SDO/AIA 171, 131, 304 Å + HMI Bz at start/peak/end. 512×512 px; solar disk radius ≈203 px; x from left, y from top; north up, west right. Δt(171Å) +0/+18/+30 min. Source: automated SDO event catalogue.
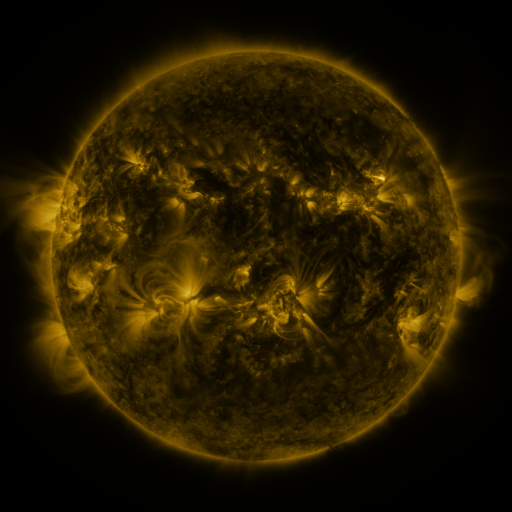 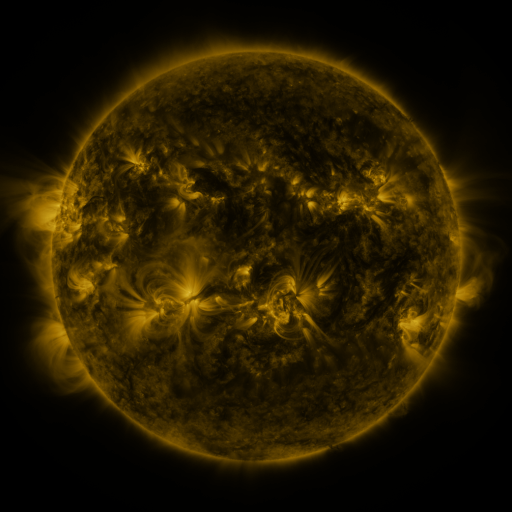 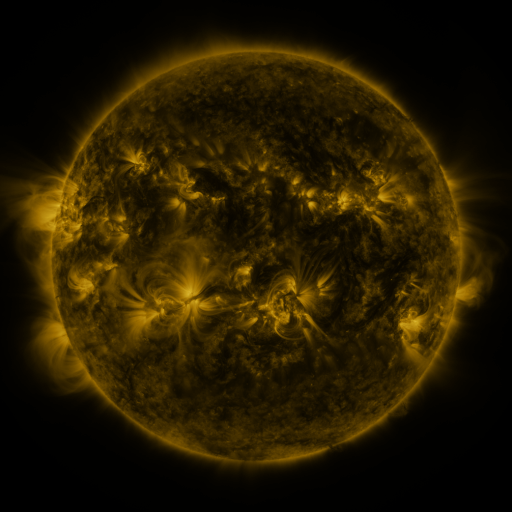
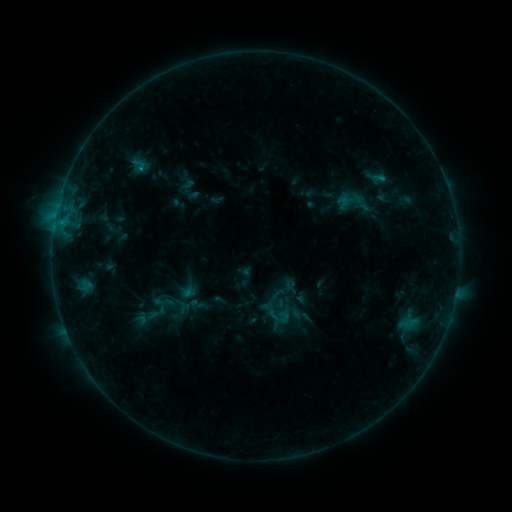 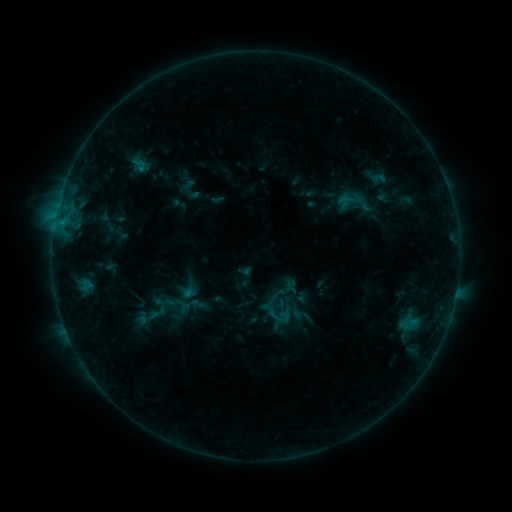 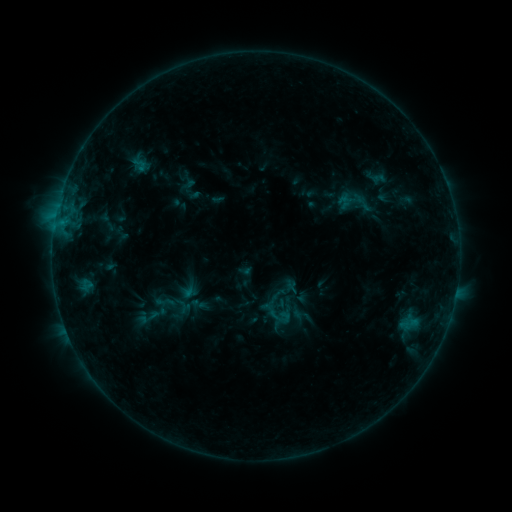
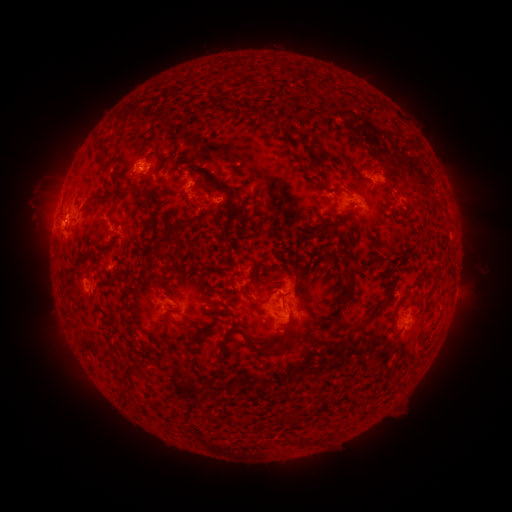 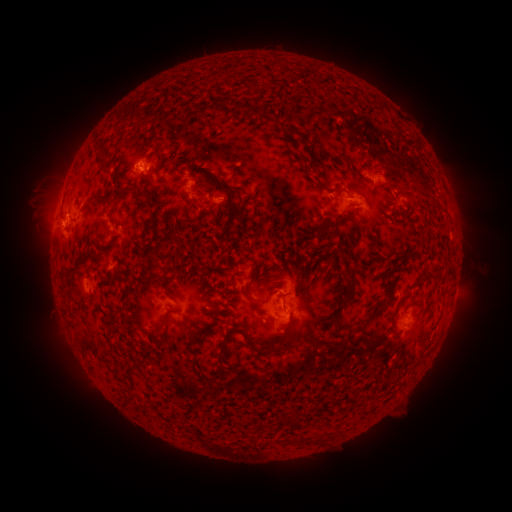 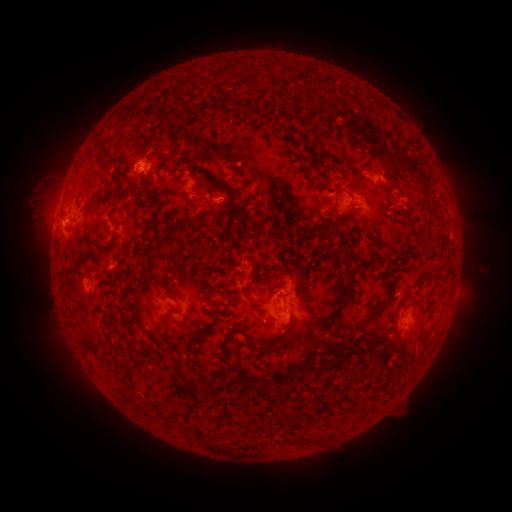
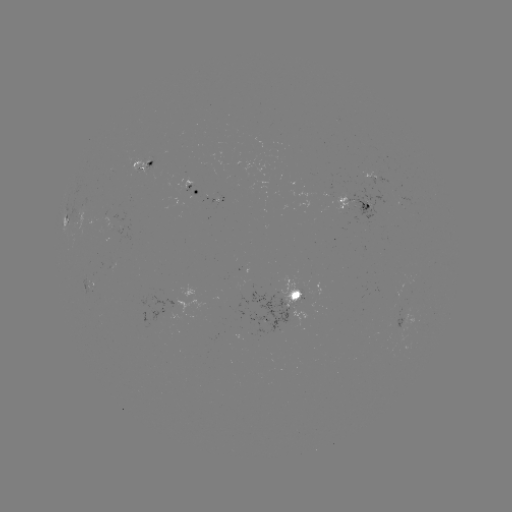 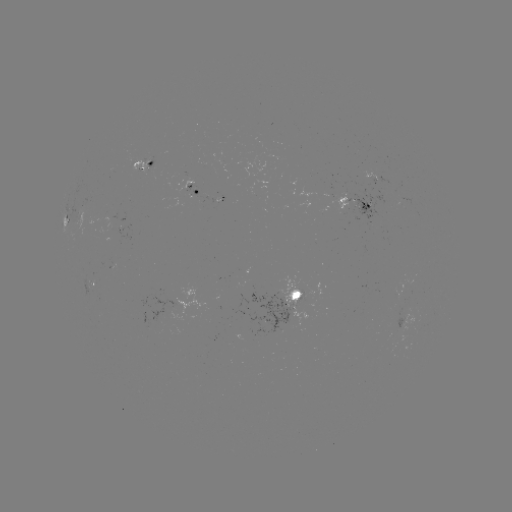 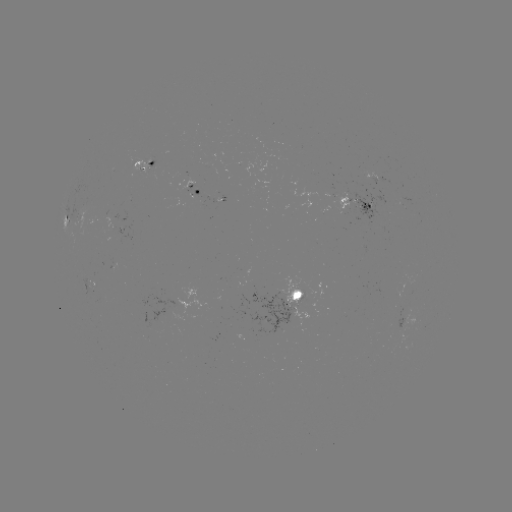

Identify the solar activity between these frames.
nothing was catalogued: no classed flare, no EUV trigger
